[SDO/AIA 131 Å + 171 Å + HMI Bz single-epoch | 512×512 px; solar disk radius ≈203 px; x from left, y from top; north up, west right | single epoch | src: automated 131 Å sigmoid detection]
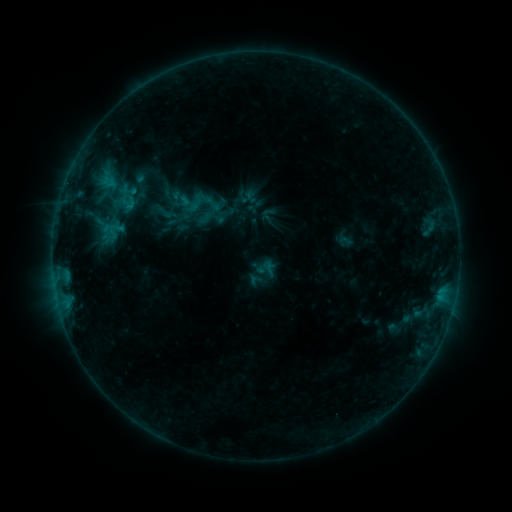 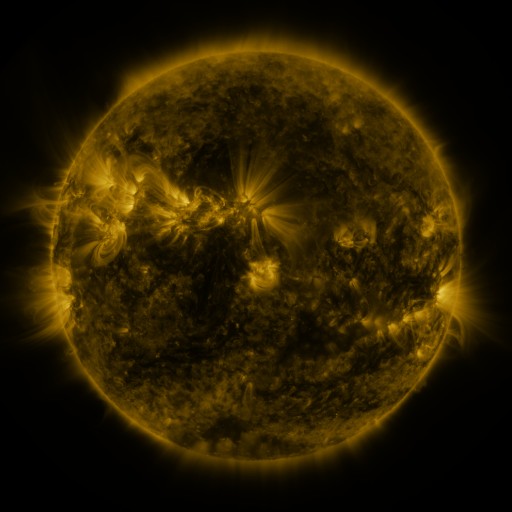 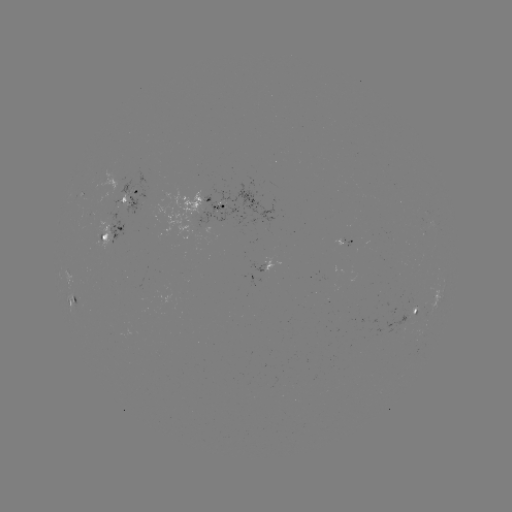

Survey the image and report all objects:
sigmoid: (116, 186)
sigmoid: (201, 201)
sigmoid: (265, 267)
